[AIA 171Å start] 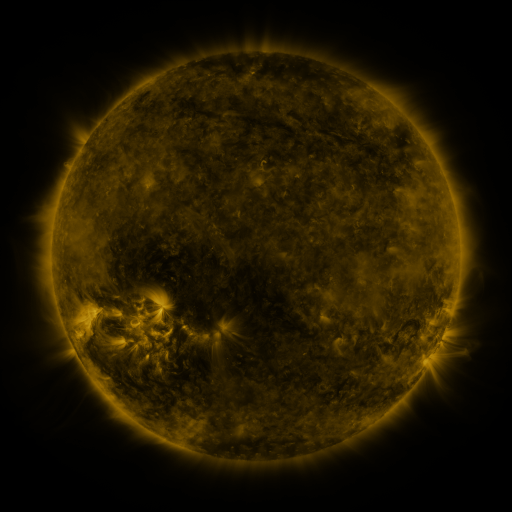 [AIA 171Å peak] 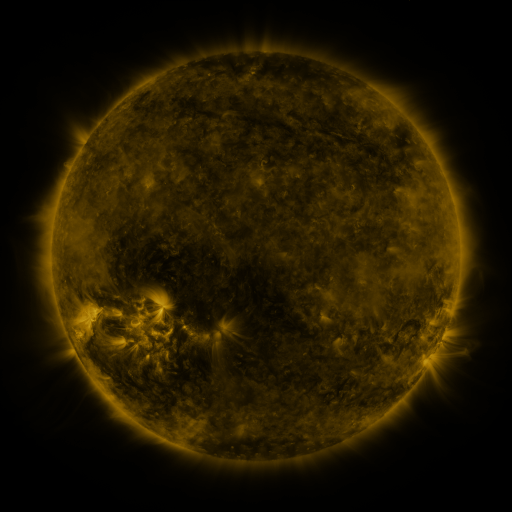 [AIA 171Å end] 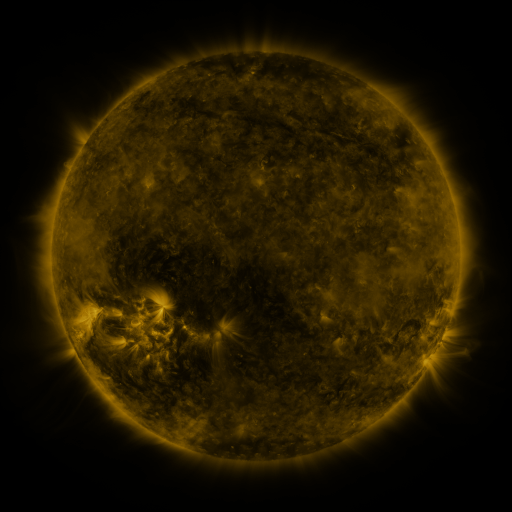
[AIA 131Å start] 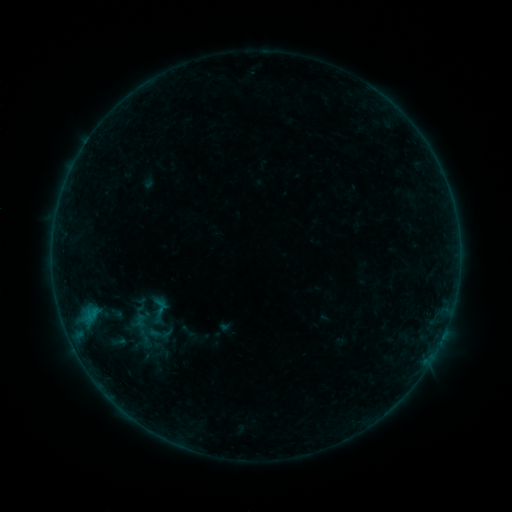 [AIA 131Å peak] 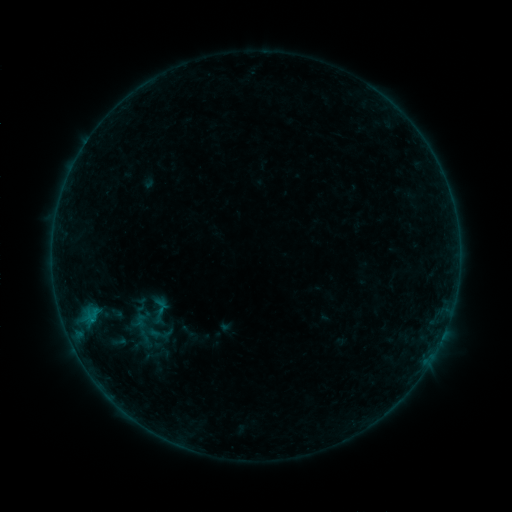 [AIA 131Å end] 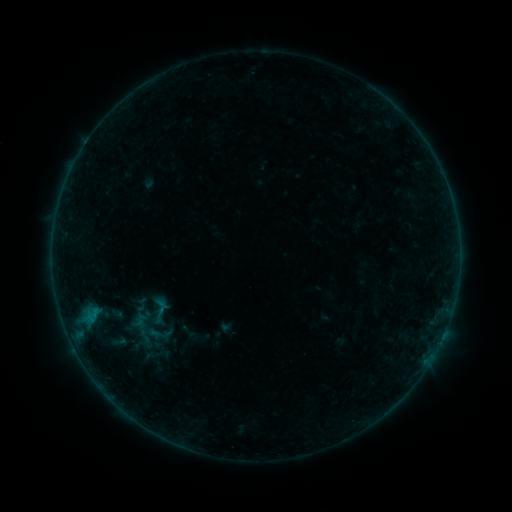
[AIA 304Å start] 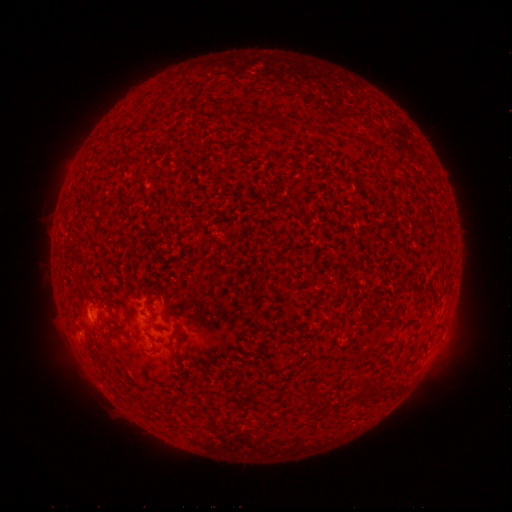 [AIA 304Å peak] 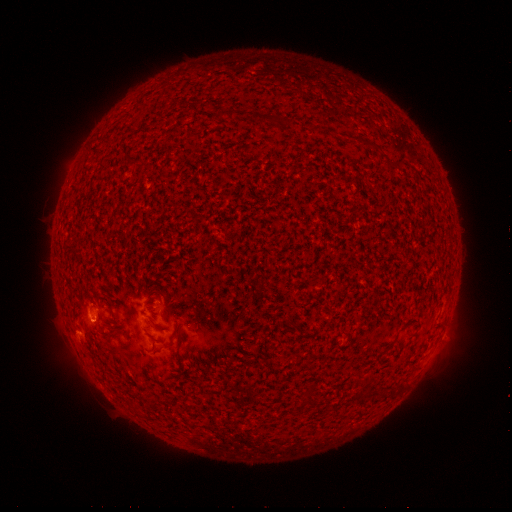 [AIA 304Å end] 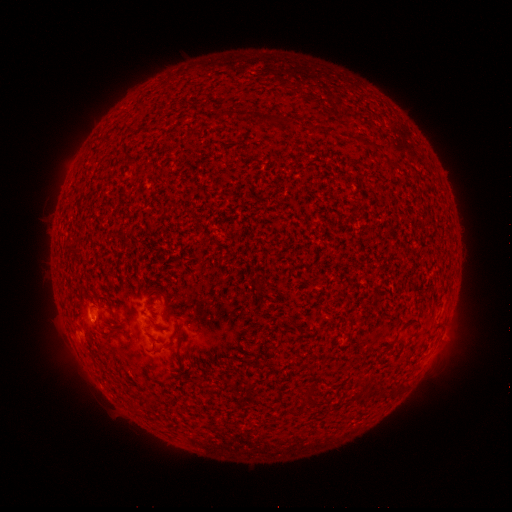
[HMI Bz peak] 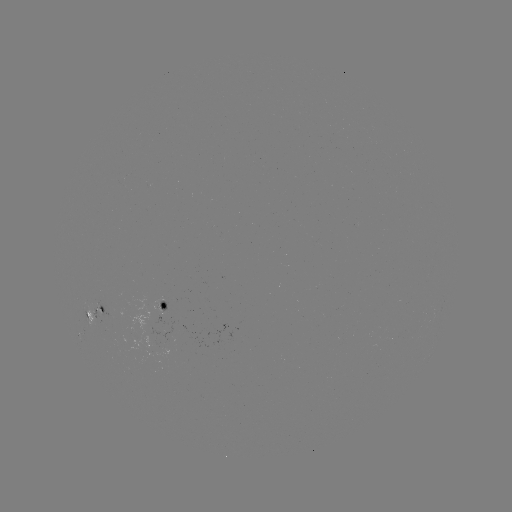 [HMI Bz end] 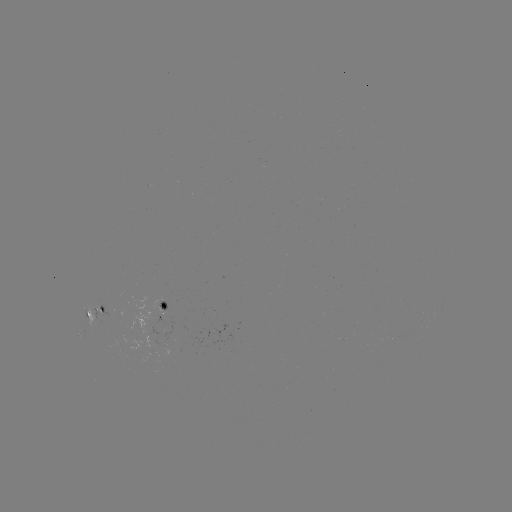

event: flare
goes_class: B1.7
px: (92, 318)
